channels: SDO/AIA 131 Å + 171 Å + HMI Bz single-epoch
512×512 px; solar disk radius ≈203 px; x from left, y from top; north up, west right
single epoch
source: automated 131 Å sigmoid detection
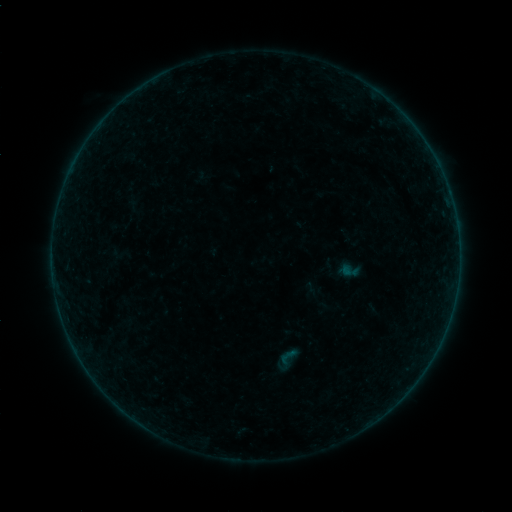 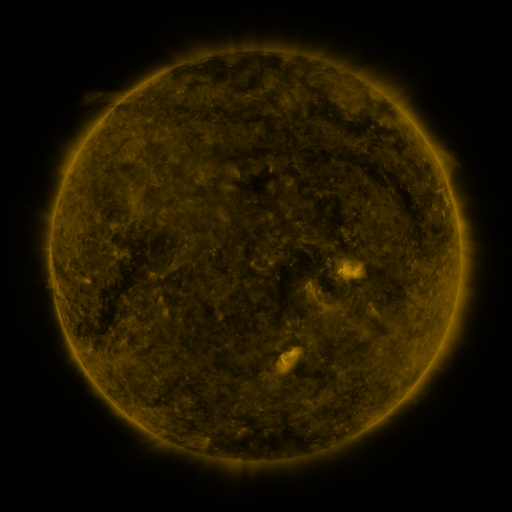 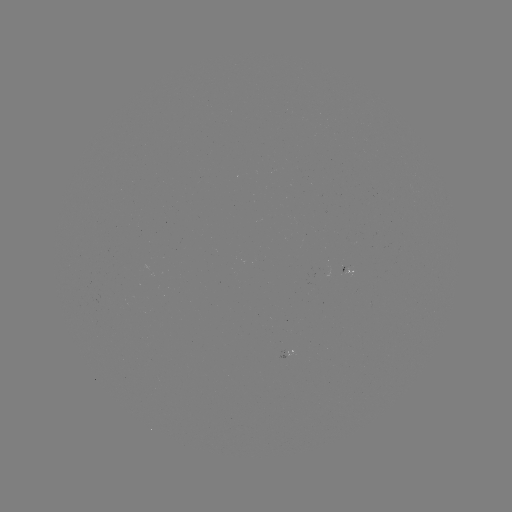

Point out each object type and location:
sigmoid: (273, 344, 302, 374)
